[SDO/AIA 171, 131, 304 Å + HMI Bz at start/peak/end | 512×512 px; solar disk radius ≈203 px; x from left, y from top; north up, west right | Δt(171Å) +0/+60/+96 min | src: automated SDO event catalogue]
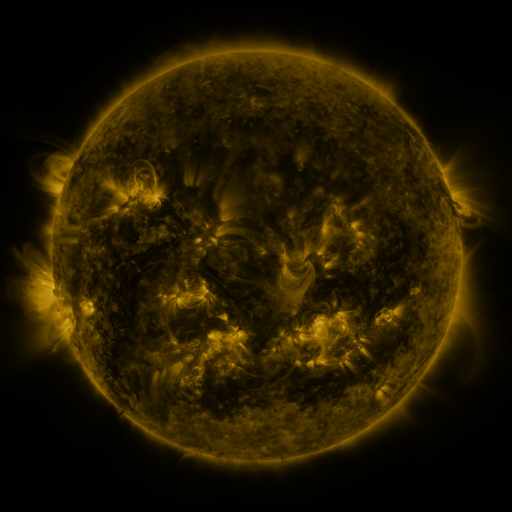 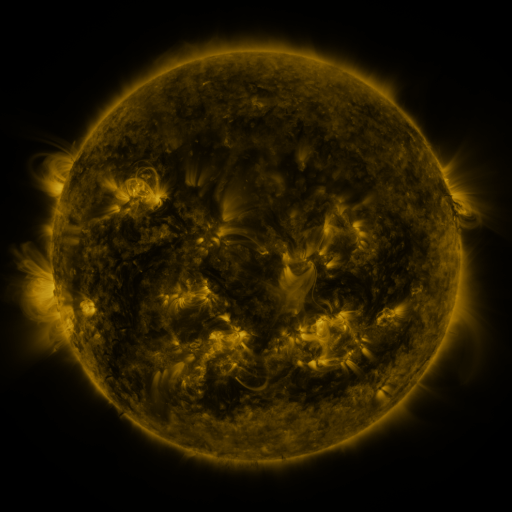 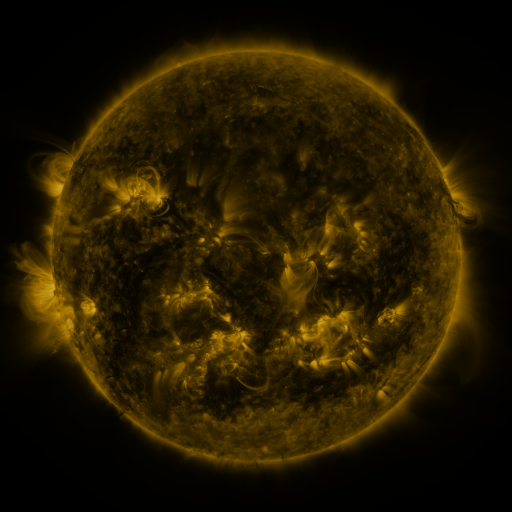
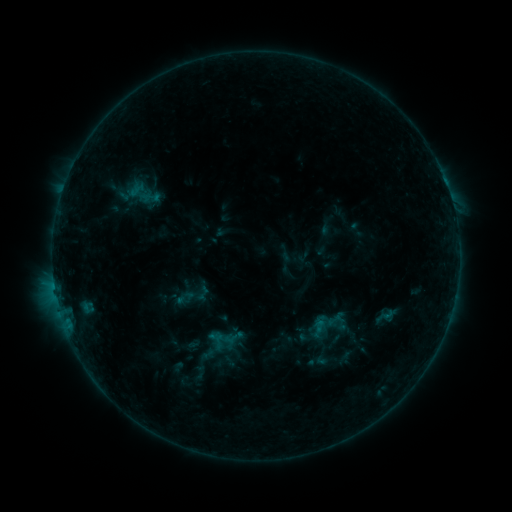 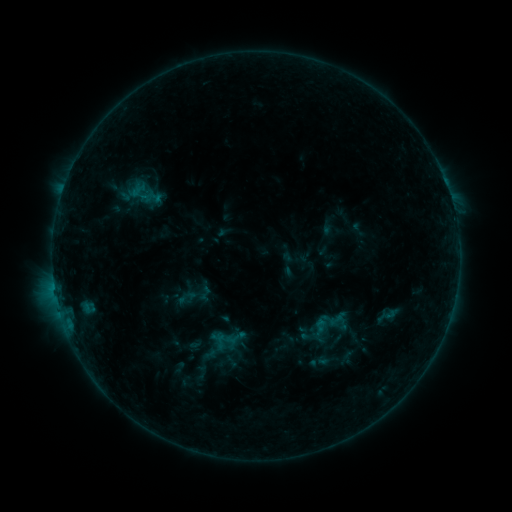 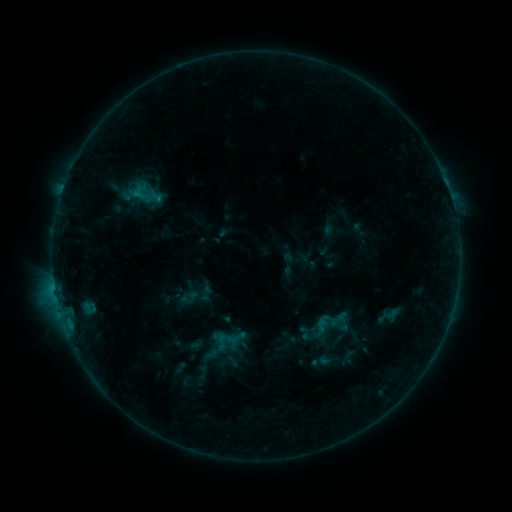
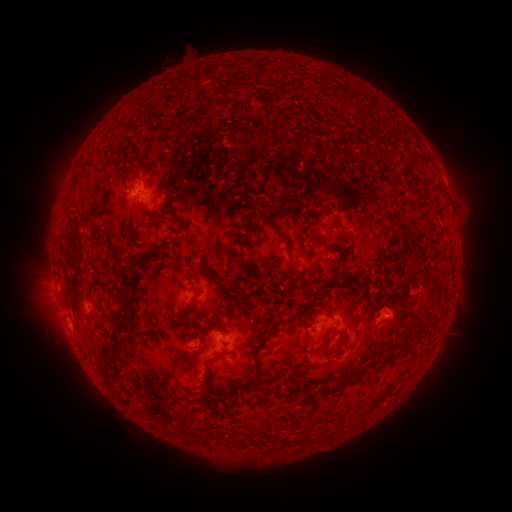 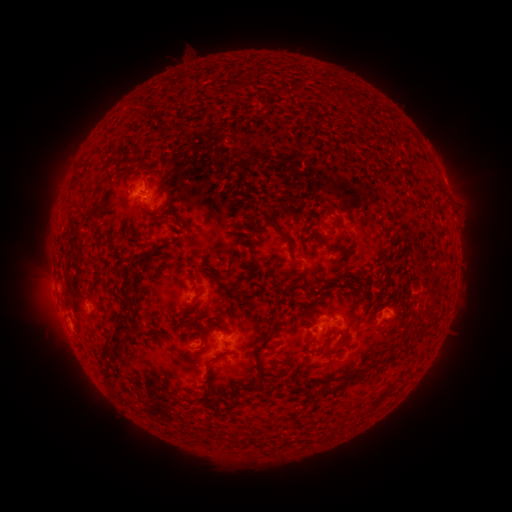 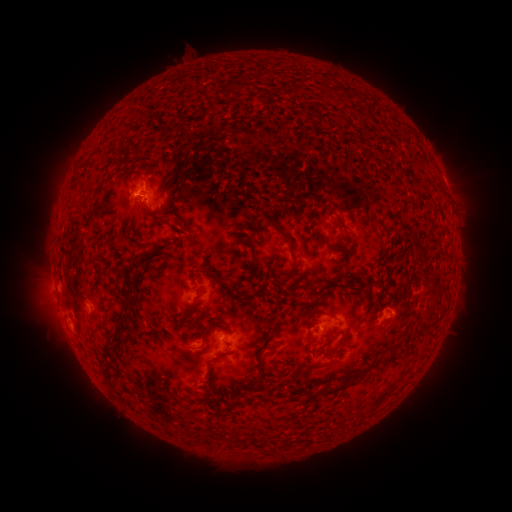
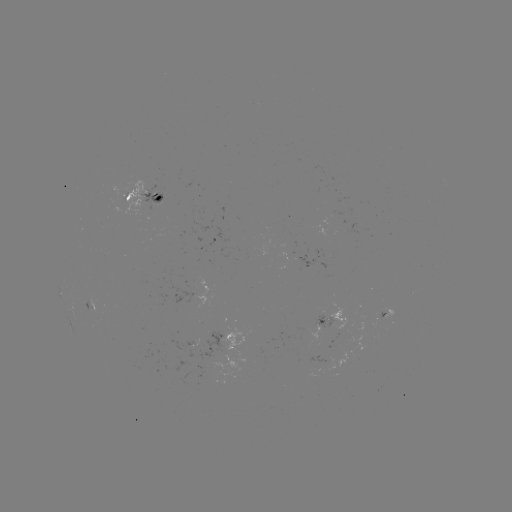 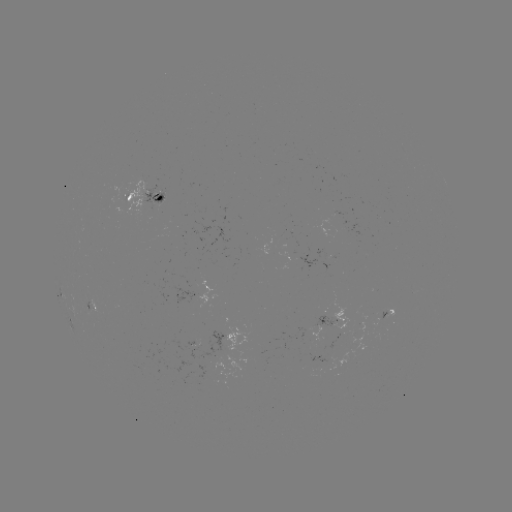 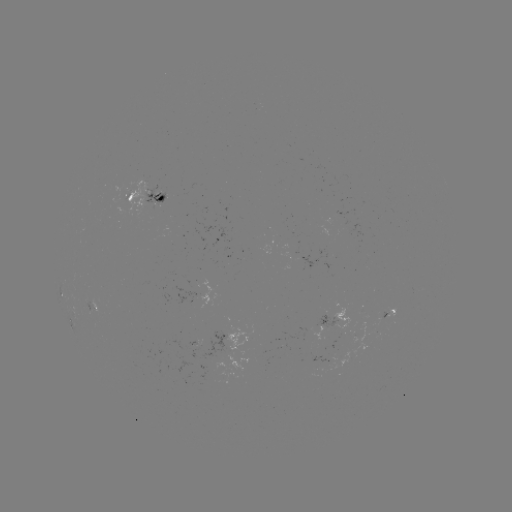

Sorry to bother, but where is emerging-flux region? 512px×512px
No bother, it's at (158, 200).